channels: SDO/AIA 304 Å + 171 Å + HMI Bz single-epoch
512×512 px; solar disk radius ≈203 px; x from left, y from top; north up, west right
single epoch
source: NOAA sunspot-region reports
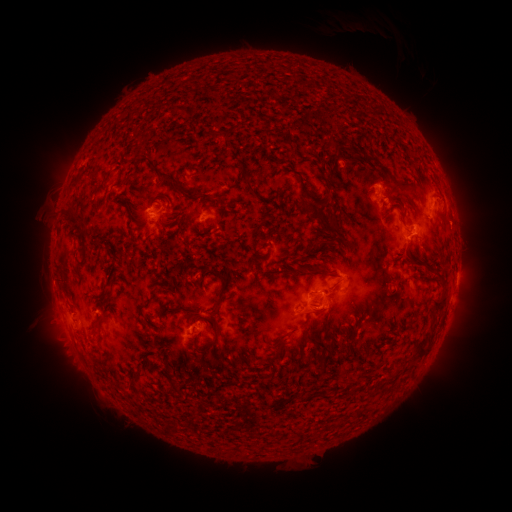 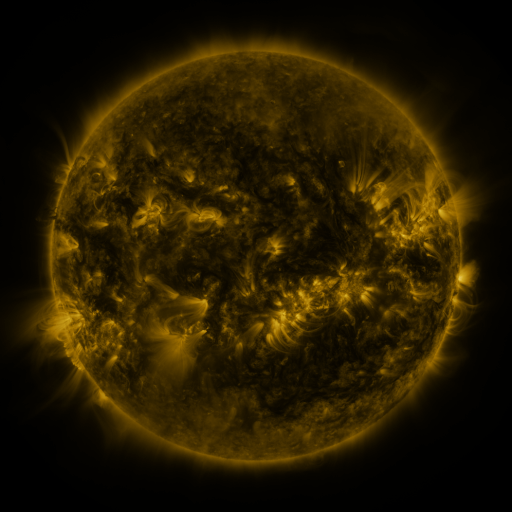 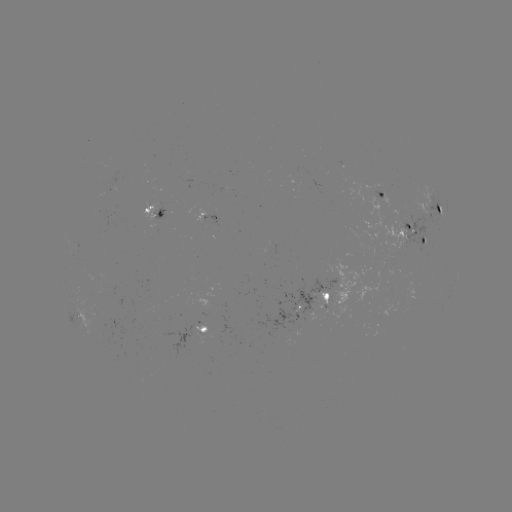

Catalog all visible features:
spotted active region: (381, 193)
spotted active region: (435, 206)
spotted active region: (155, 212)
spotted active region: (210, 218)
spotted active region: (413, 228)
spotted active region: (343, 286)
spotted active region: (316, 300)
spotted active region: (78, 318)
spotted active region: (204, 330)
